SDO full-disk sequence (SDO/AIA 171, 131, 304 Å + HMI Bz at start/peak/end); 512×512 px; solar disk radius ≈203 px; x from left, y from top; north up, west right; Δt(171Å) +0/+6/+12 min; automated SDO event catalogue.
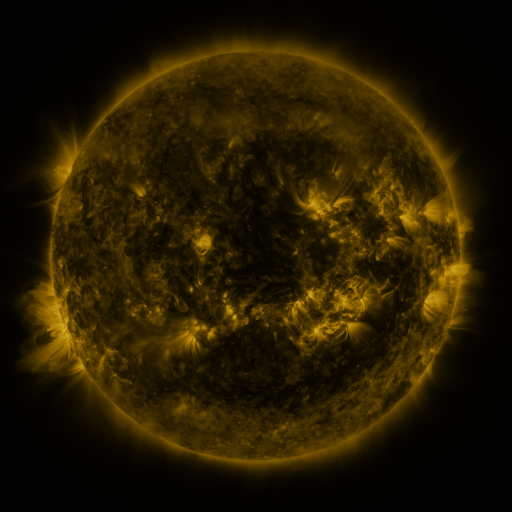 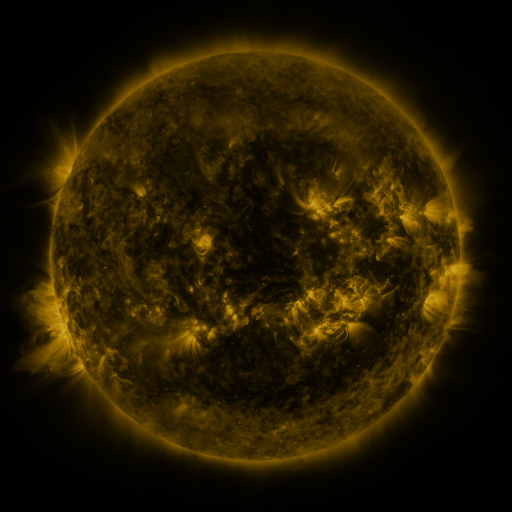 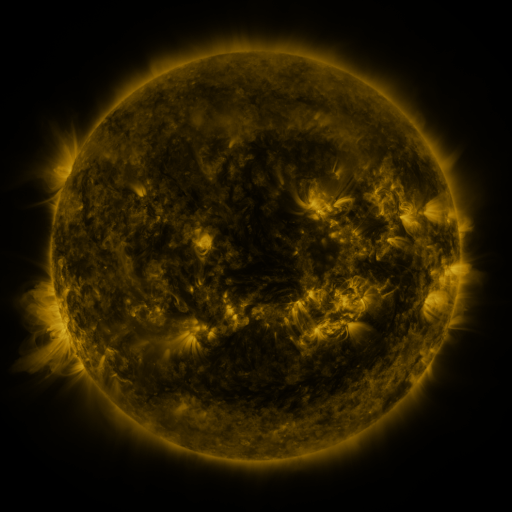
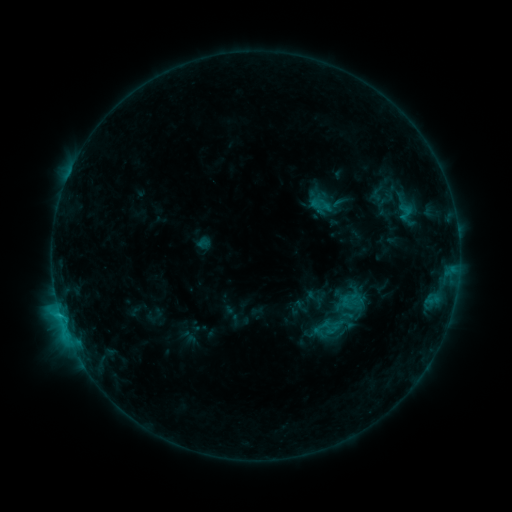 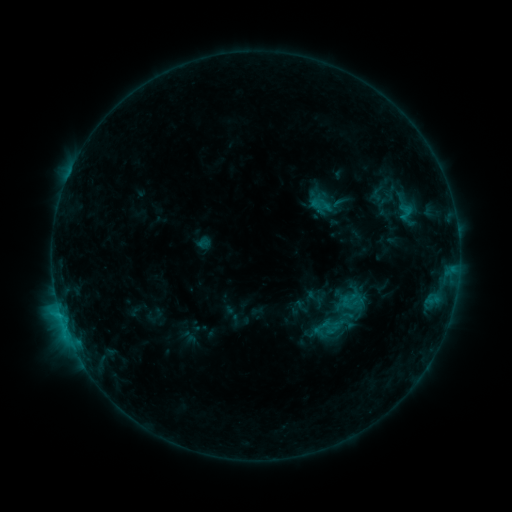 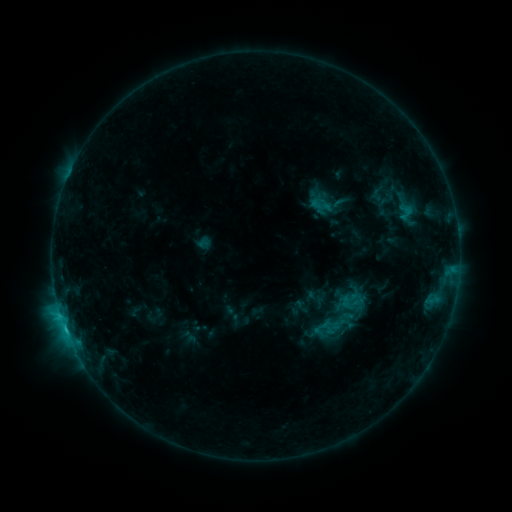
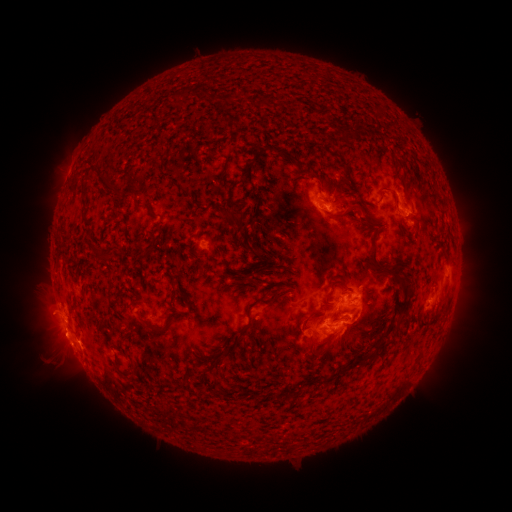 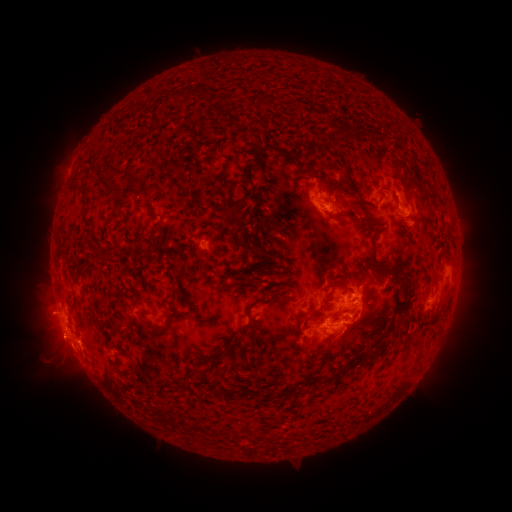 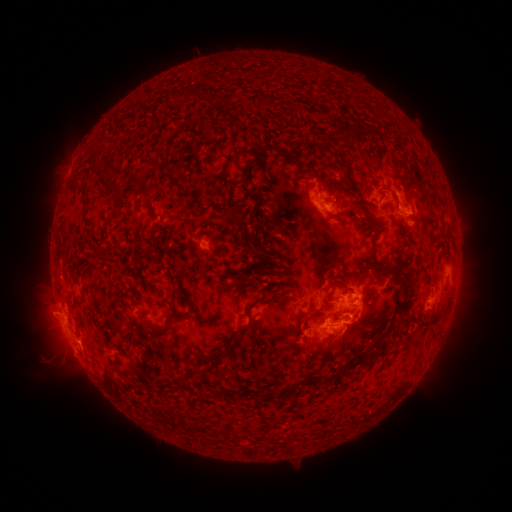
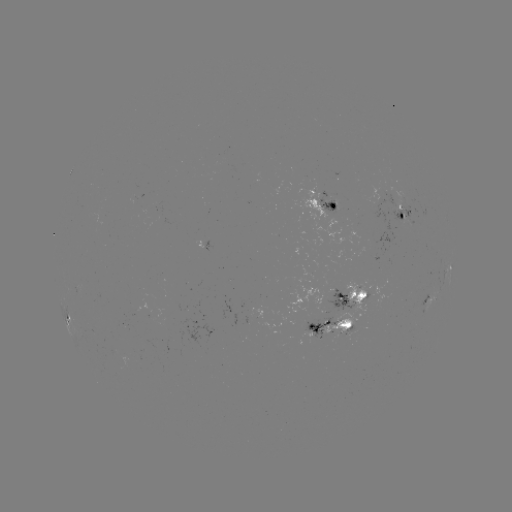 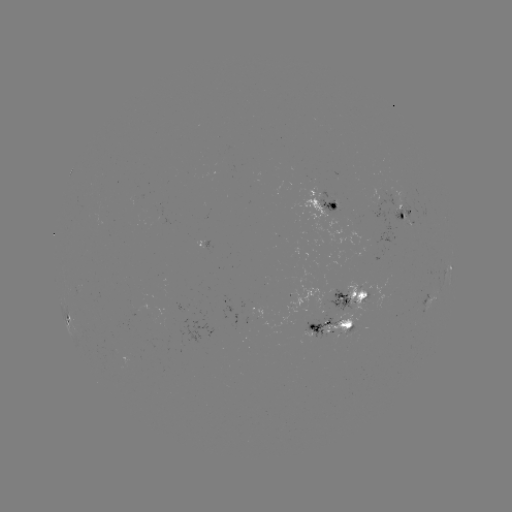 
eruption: (29, 308, 90, 385)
